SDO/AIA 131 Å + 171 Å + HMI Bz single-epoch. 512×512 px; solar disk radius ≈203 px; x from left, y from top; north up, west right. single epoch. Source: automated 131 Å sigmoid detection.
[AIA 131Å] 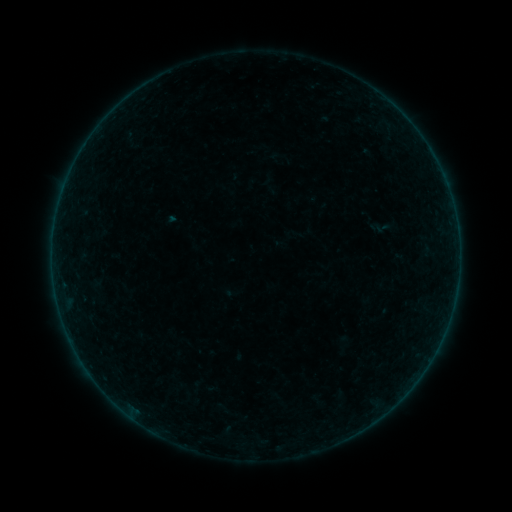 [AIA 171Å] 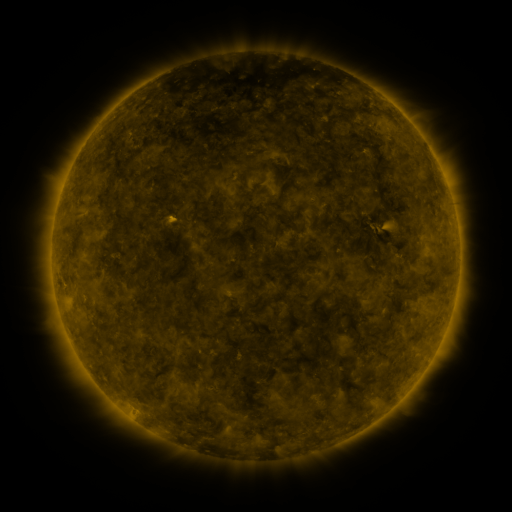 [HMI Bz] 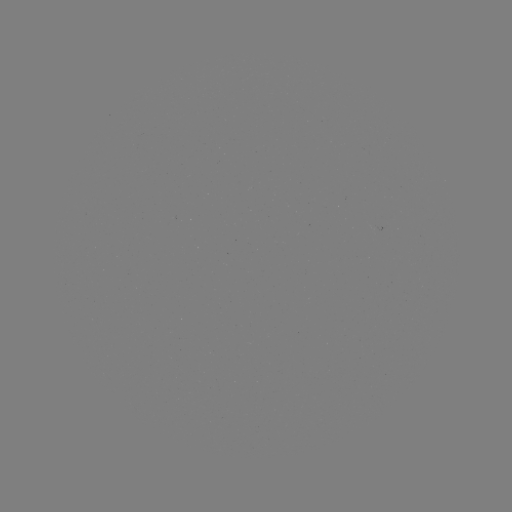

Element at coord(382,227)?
sigmoid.